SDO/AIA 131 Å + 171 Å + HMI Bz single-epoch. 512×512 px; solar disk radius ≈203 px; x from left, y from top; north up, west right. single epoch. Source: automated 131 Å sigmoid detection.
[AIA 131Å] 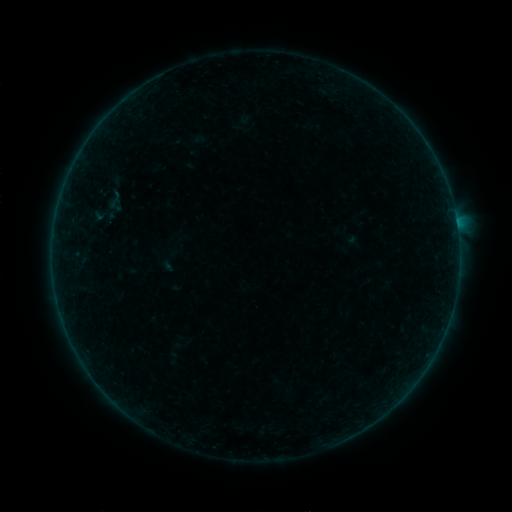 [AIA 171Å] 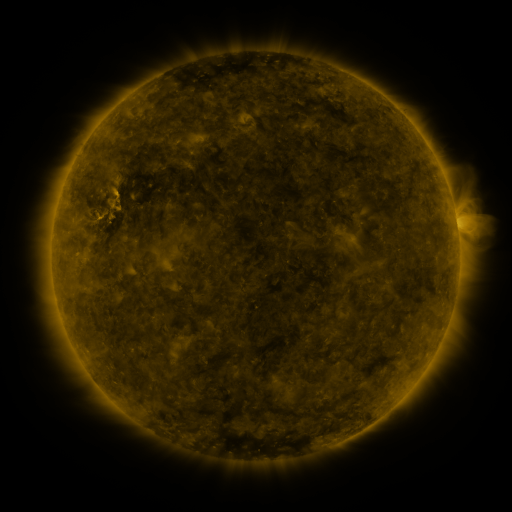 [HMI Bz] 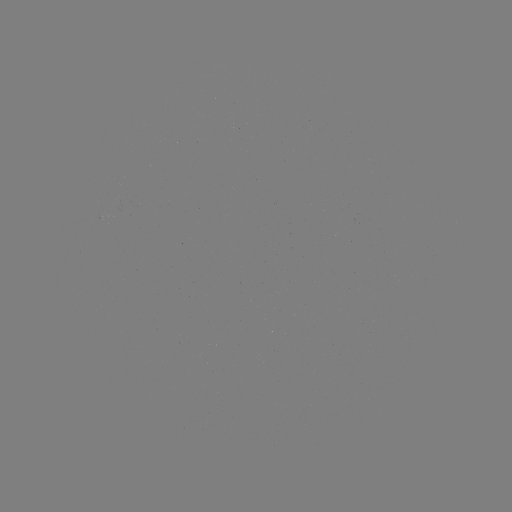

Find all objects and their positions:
sigmoid: (105, 190, 125, 209)
